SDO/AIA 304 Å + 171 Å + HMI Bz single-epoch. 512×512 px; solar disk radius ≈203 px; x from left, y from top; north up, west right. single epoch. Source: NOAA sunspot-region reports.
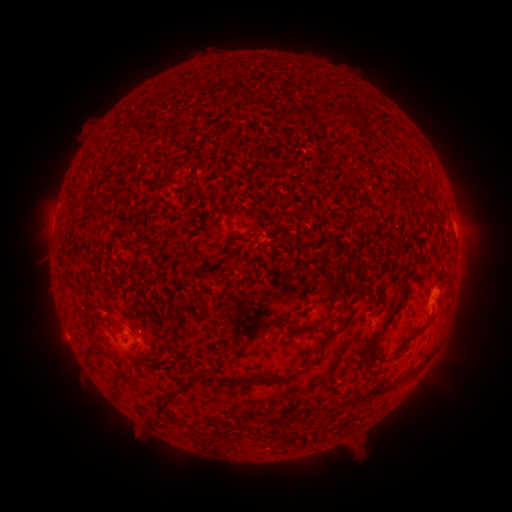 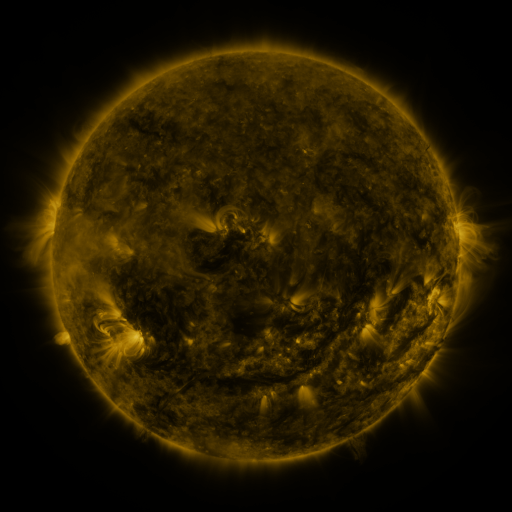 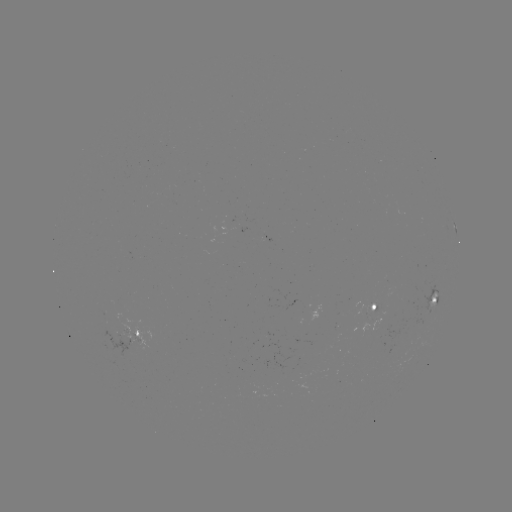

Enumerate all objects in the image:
spotted active region: (437, 301)
spotted active region: (378, 313)
spotted active region: (140, 333)
